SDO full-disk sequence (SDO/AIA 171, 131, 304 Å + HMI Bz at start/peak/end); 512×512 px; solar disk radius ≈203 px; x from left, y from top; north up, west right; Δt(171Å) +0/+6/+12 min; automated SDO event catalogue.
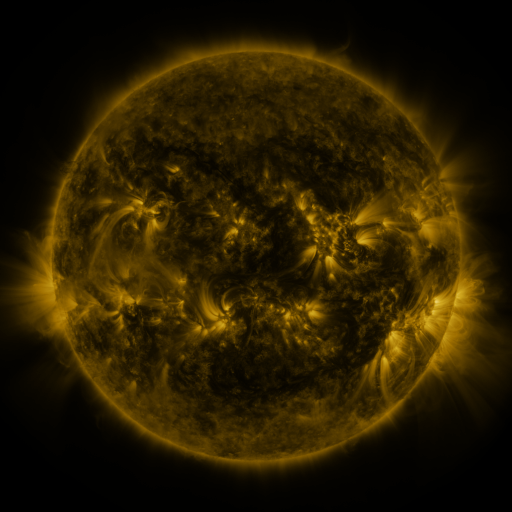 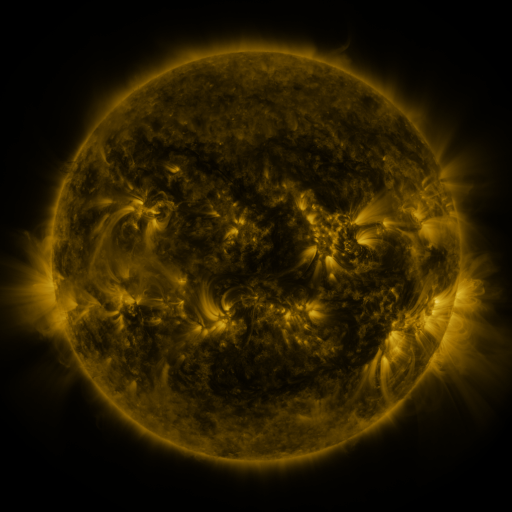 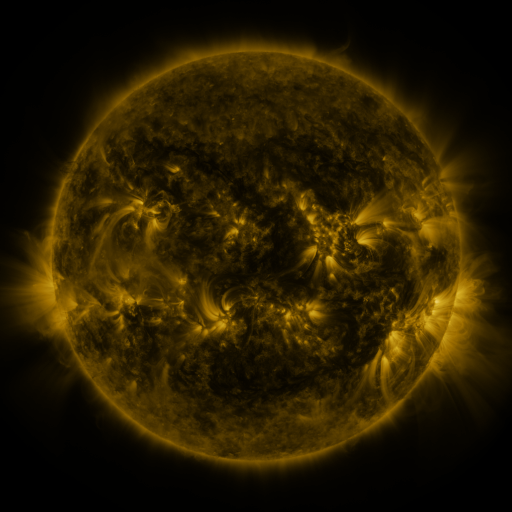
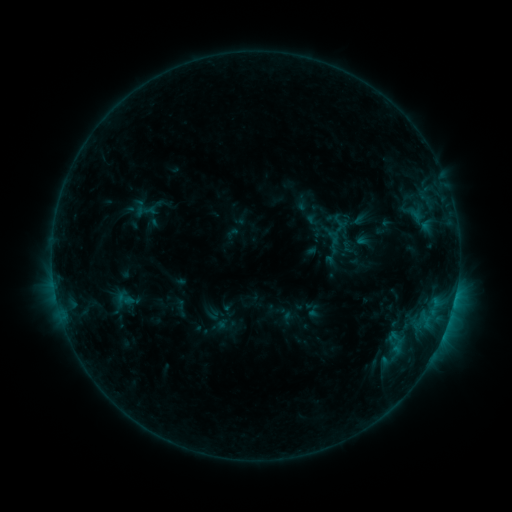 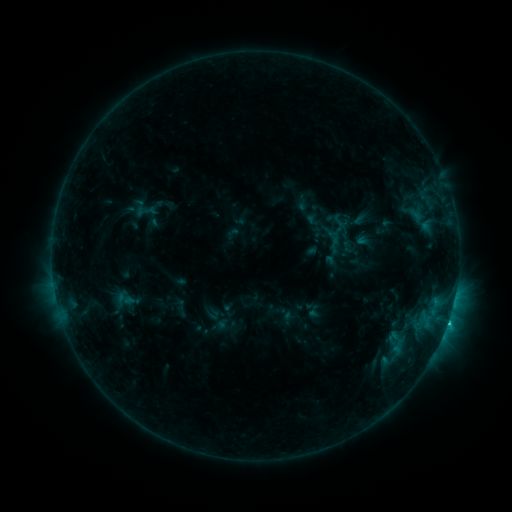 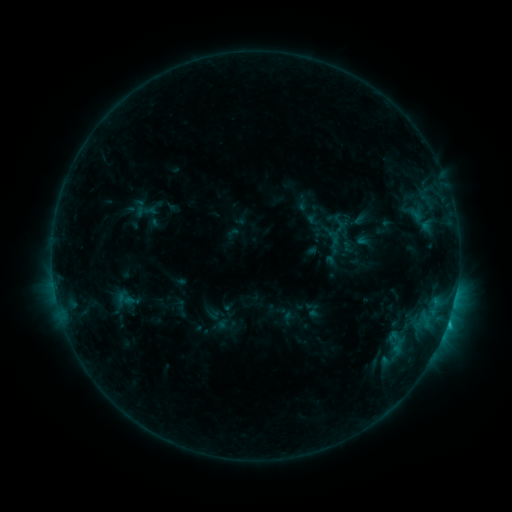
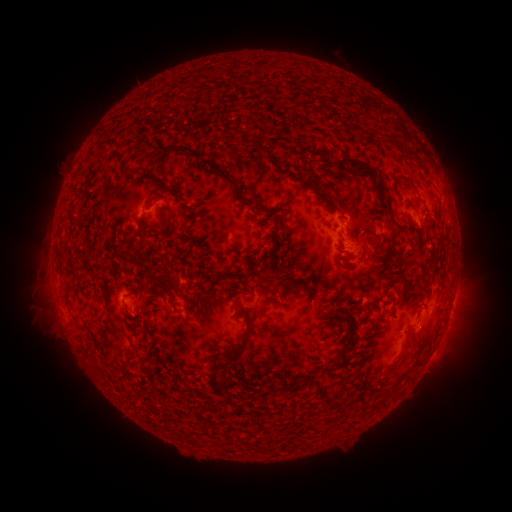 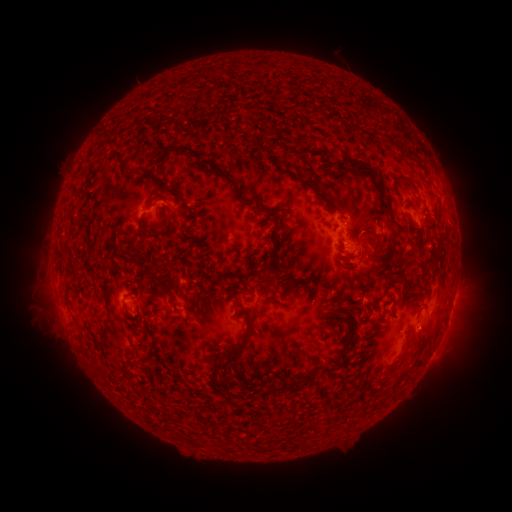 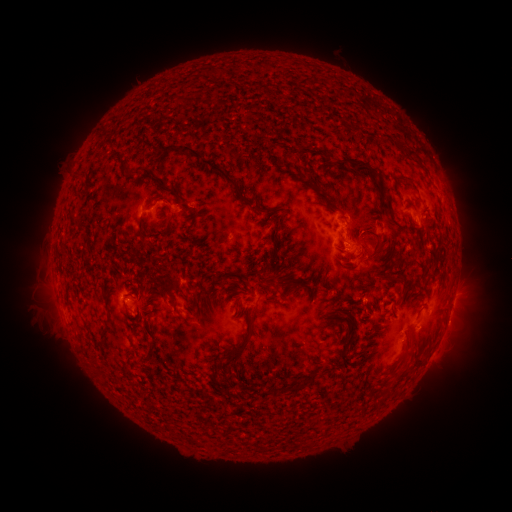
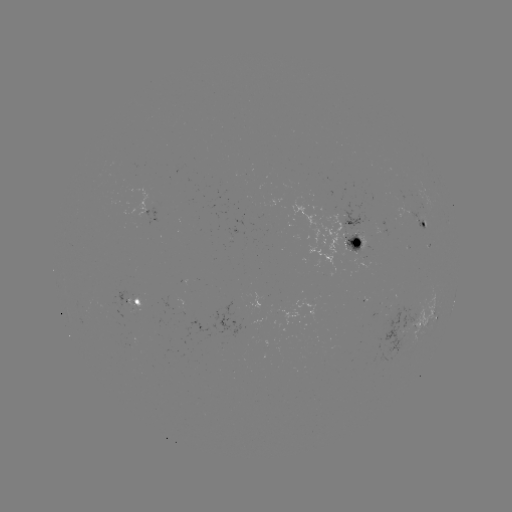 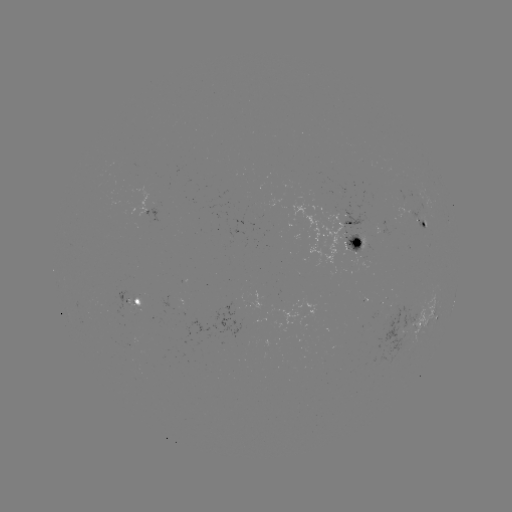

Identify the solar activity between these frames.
C1.4 flare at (448, 322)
